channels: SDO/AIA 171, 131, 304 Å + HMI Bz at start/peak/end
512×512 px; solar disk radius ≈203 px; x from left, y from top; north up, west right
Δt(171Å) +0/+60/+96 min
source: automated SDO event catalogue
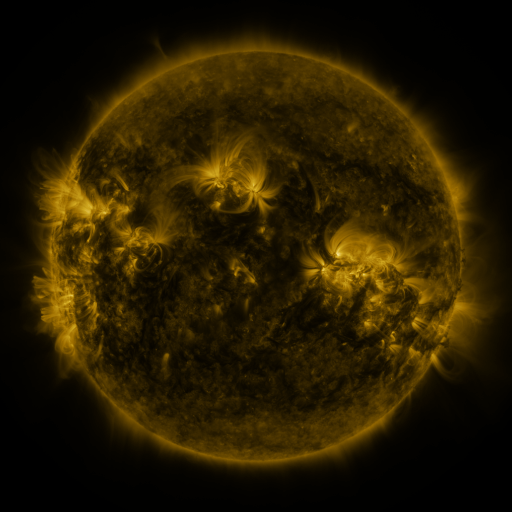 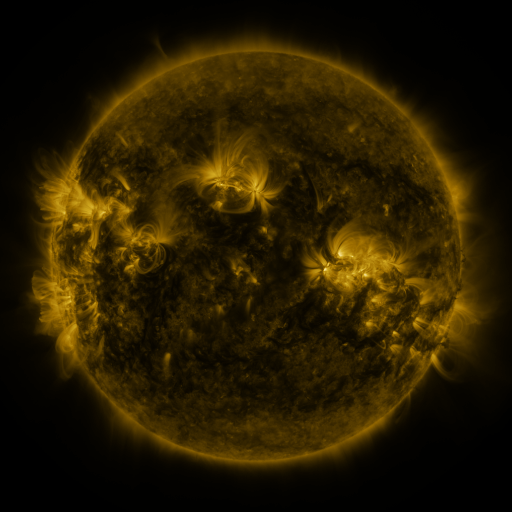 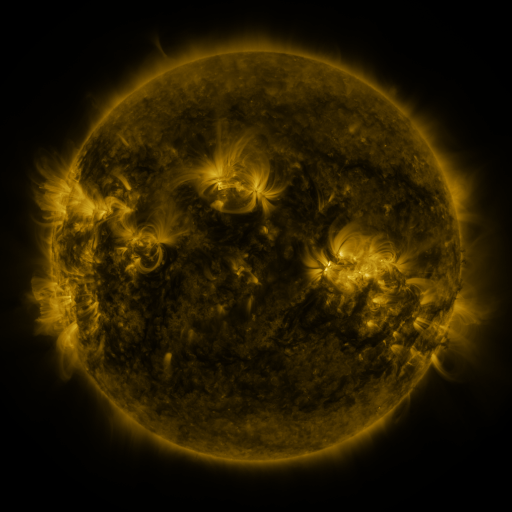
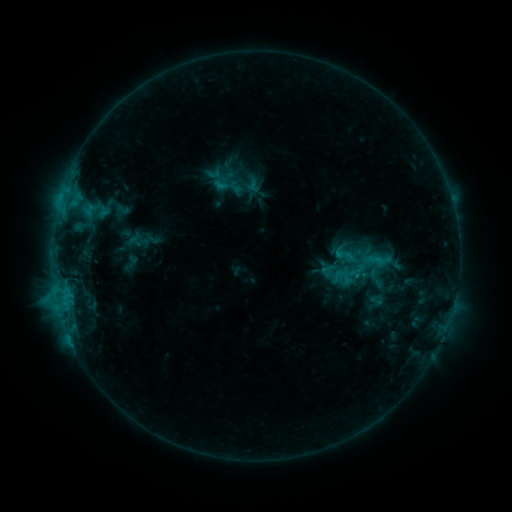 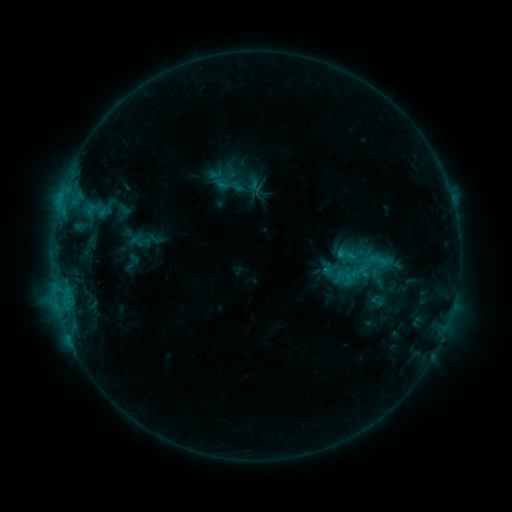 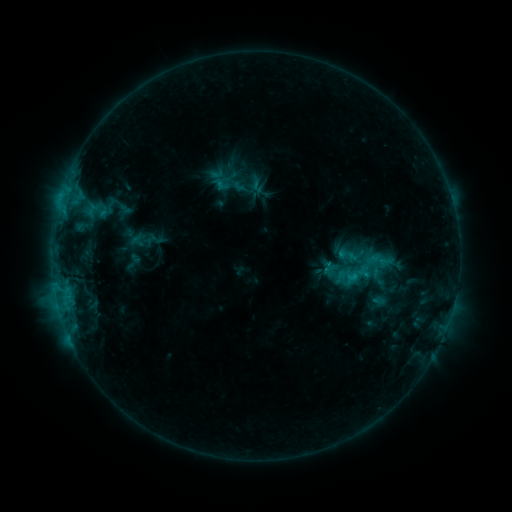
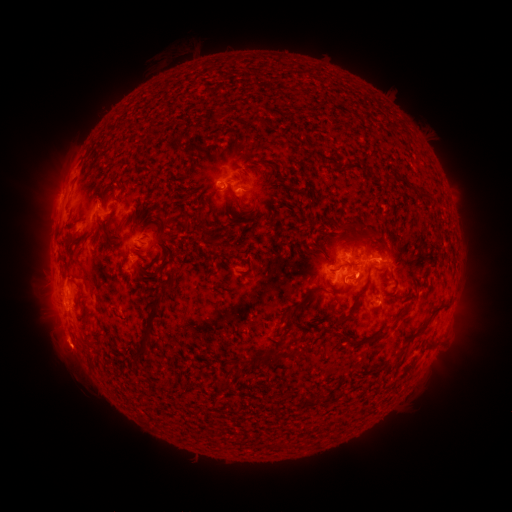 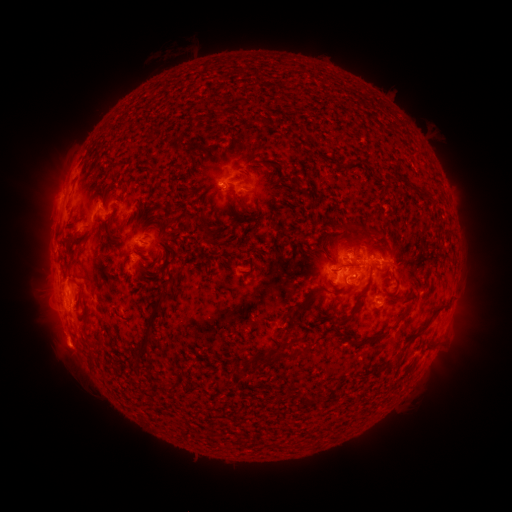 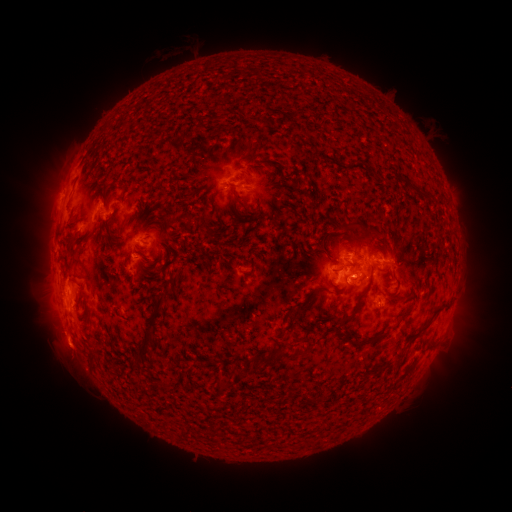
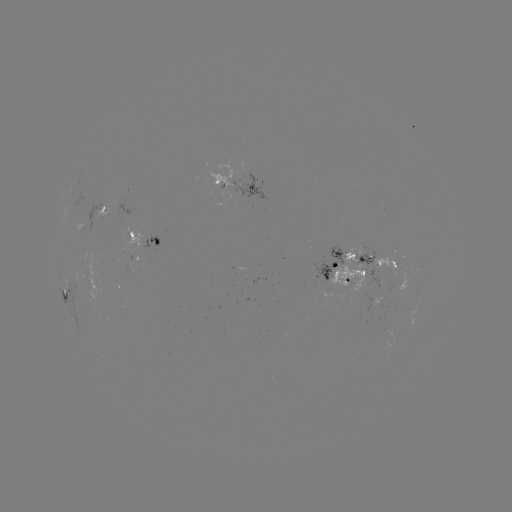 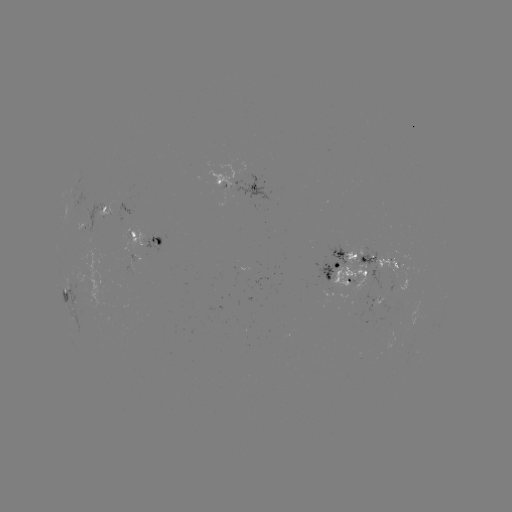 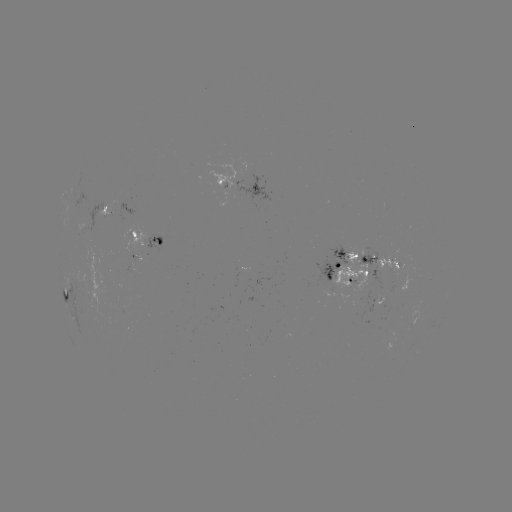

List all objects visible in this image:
emerging-flux region: (247, 187)
